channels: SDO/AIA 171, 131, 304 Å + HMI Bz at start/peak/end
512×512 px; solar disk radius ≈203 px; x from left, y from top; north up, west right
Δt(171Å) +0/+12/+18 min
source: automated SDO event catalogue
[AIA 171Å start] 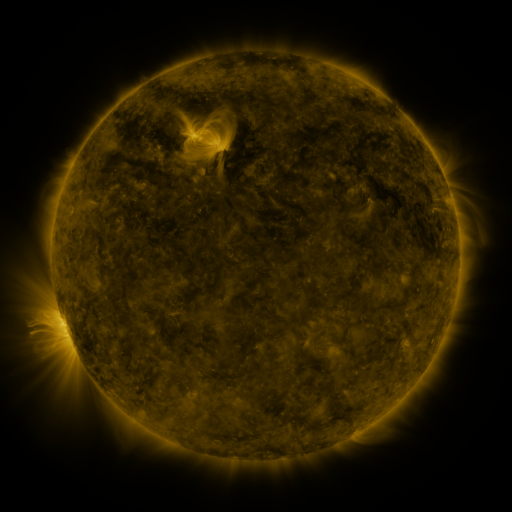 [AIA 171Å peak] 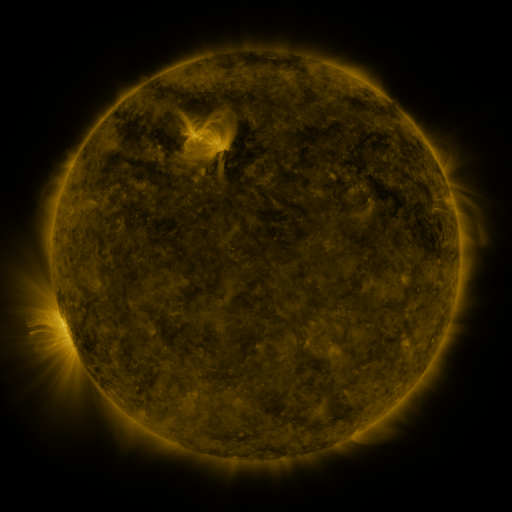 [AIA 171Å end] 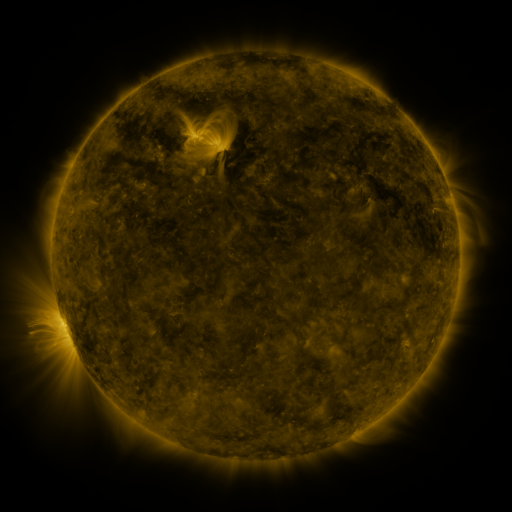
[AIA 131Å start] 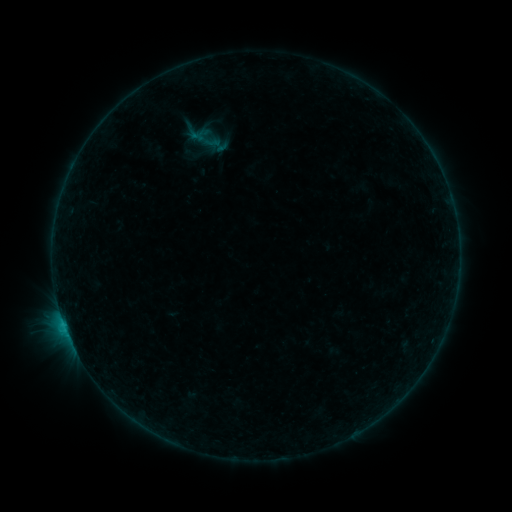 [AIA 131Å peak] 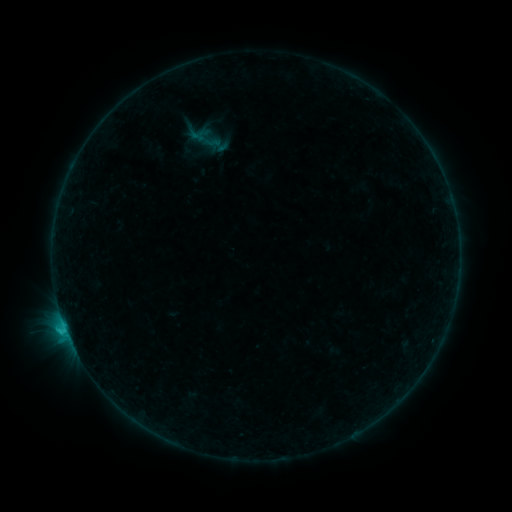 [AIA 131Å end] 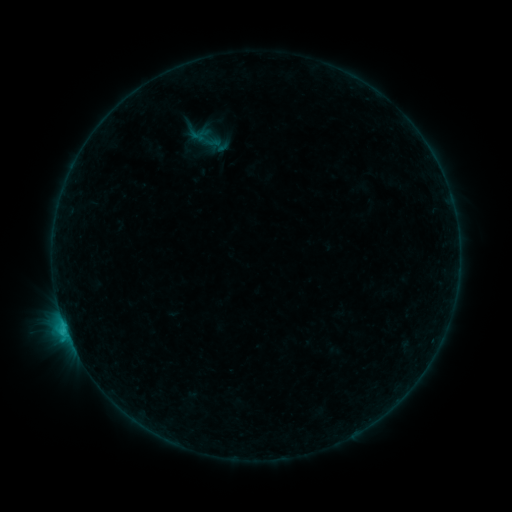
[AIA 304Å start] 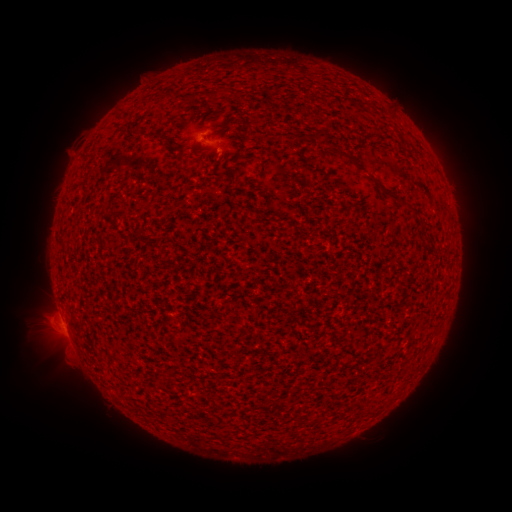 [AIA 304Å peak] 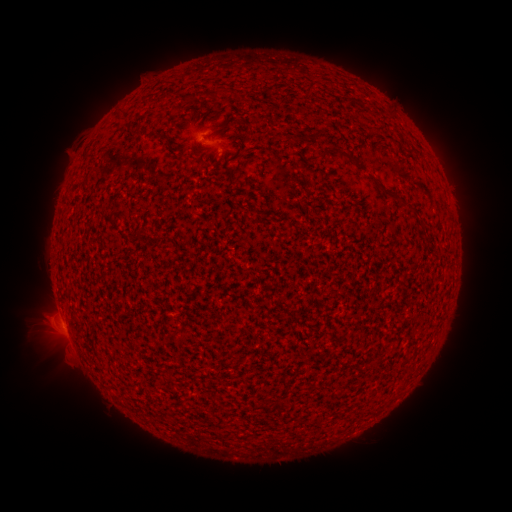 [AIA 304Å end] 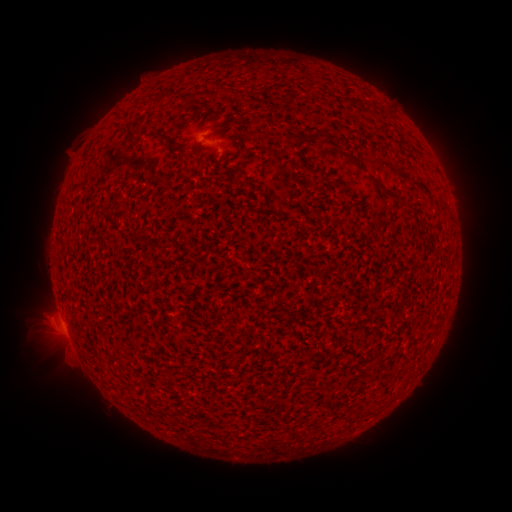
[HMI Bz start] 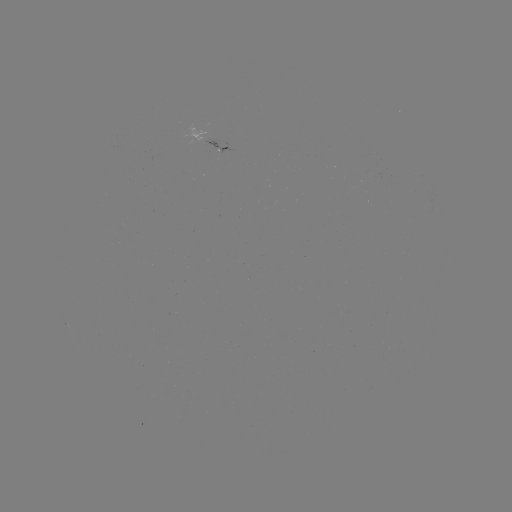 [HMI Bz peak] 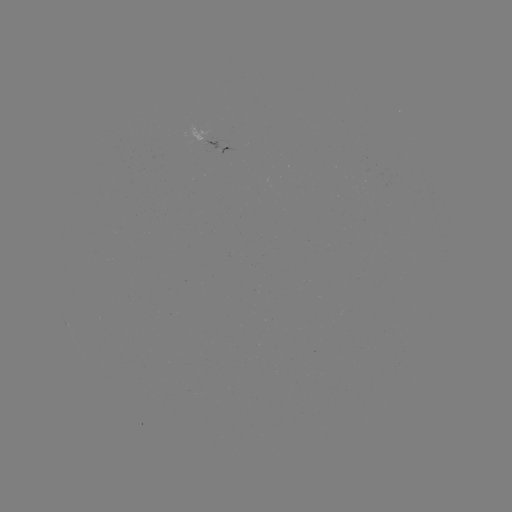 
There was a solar flare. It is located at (65, 325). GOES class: C1.0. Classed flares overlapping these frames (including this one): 1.